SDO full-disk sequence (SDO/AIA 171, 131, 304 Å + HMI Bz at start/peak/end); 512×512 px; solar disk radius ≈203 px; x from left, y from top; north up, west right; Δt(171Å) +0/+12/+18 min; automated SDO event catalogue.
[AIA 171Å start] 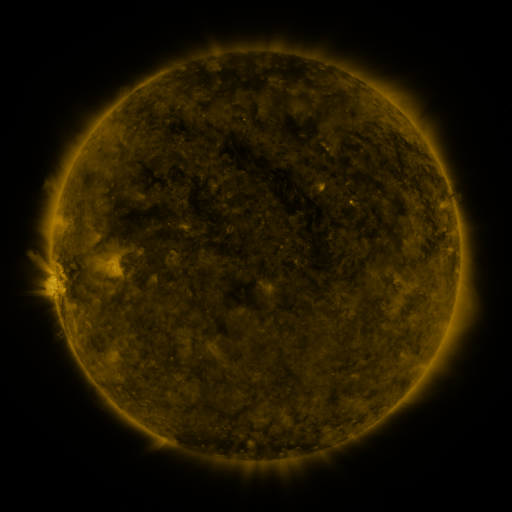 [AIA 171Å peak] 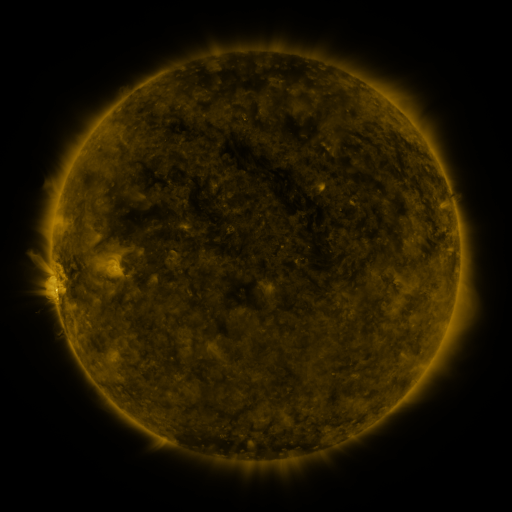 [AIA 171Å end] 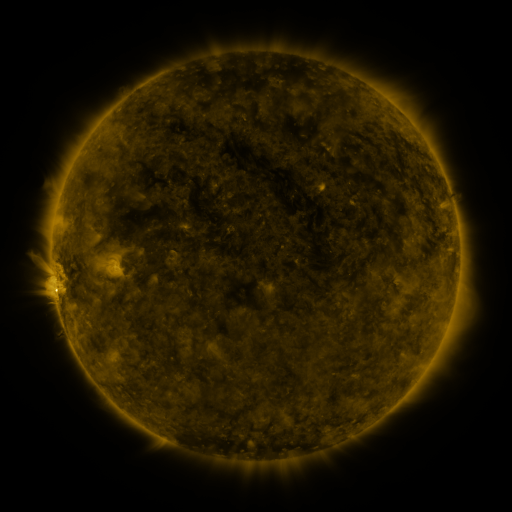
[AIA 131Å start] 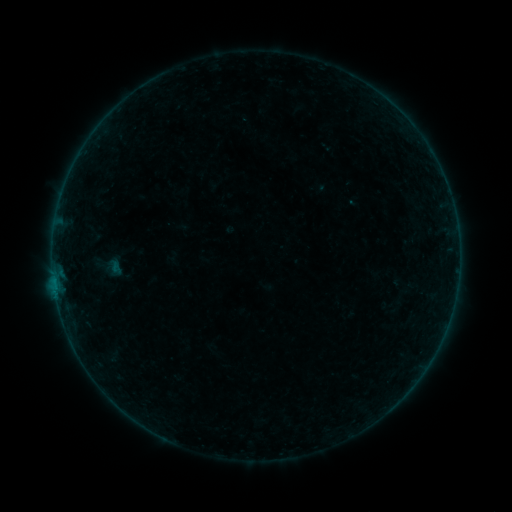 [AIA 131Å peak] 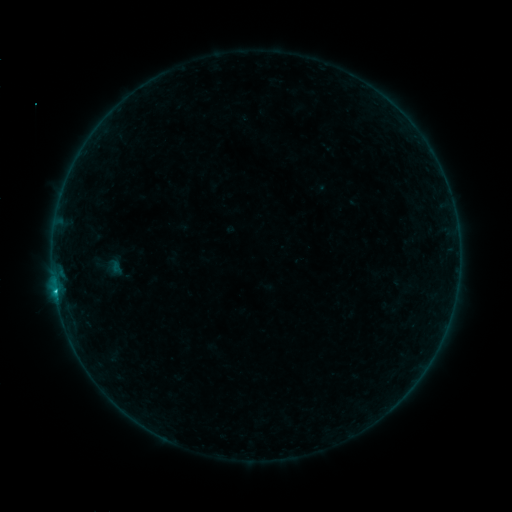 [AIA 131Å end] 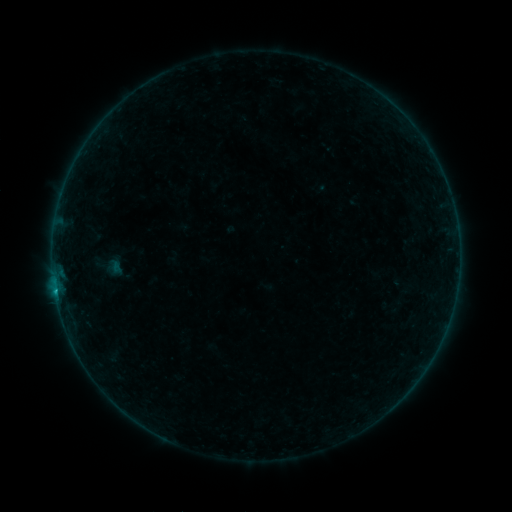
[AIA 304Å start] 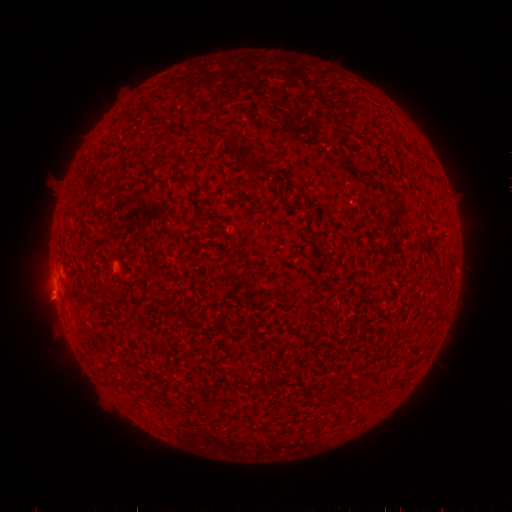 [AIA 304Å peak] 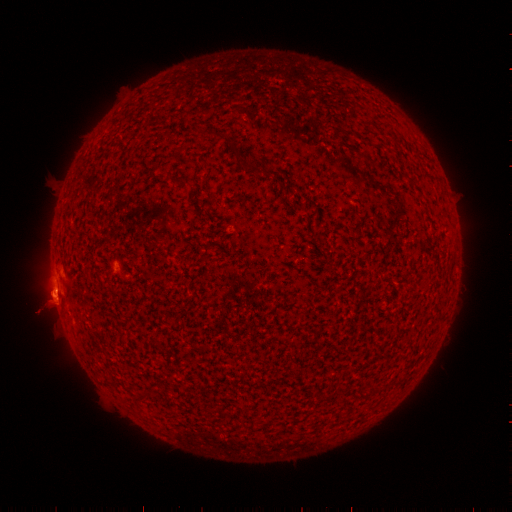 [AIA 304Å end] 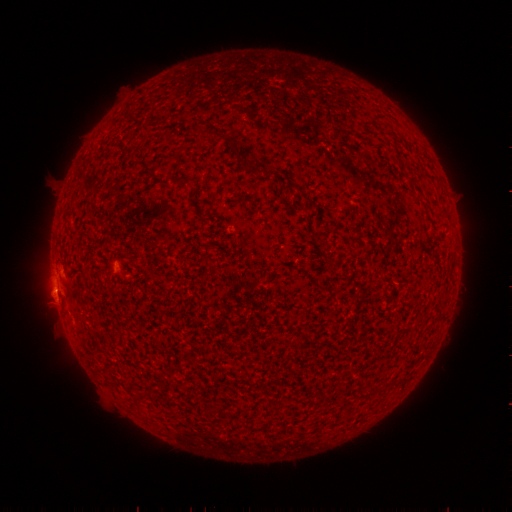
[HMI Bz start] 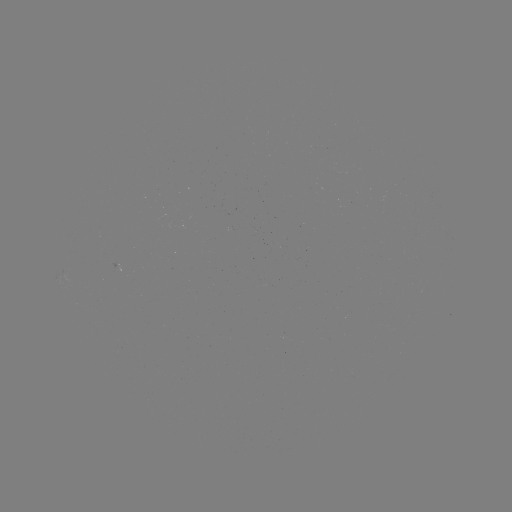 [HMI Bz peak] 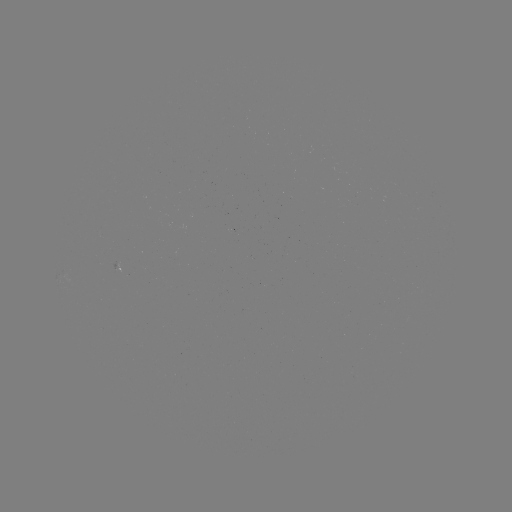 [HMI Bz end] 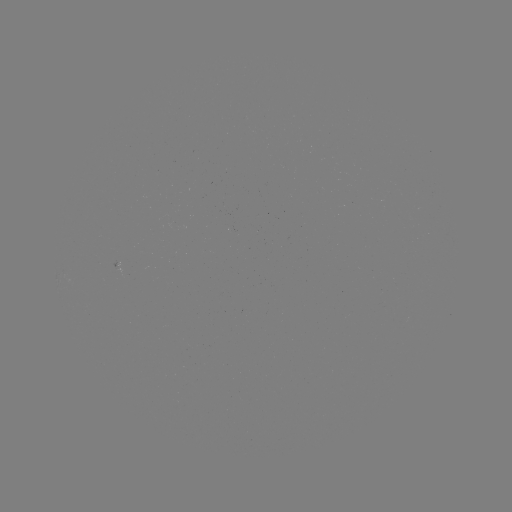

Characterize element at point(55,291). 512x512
B6.2 flare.